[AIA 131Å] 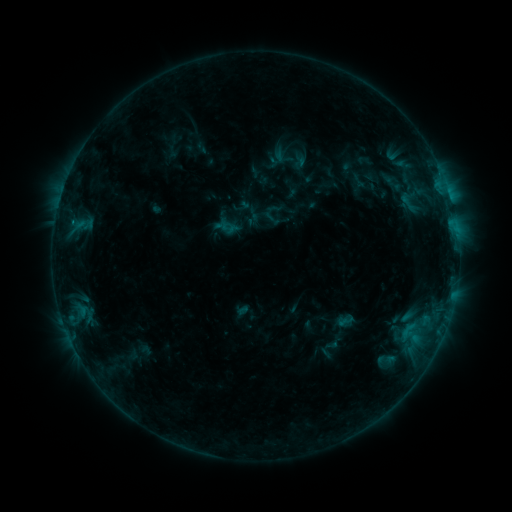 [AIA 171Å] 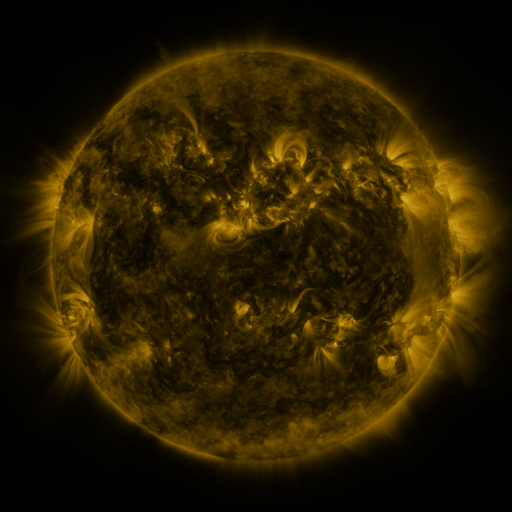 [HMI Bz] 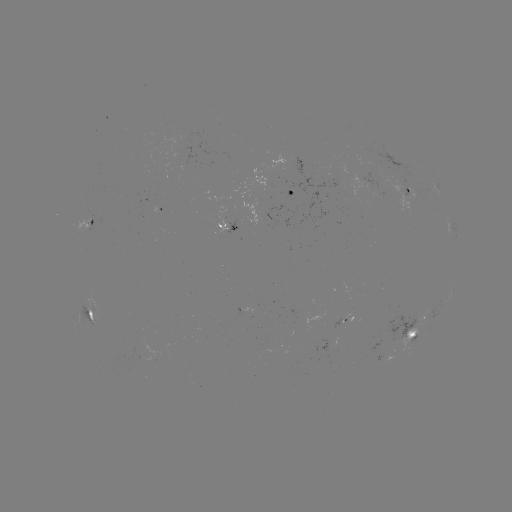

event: sigmoid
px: (409, 202)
